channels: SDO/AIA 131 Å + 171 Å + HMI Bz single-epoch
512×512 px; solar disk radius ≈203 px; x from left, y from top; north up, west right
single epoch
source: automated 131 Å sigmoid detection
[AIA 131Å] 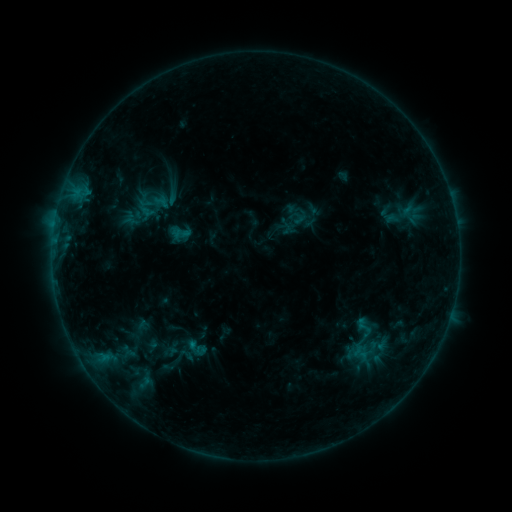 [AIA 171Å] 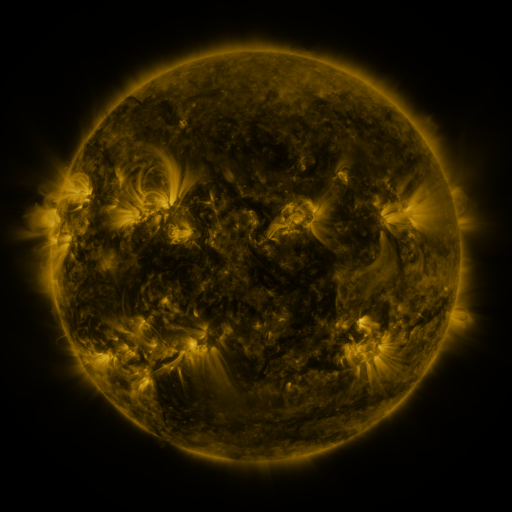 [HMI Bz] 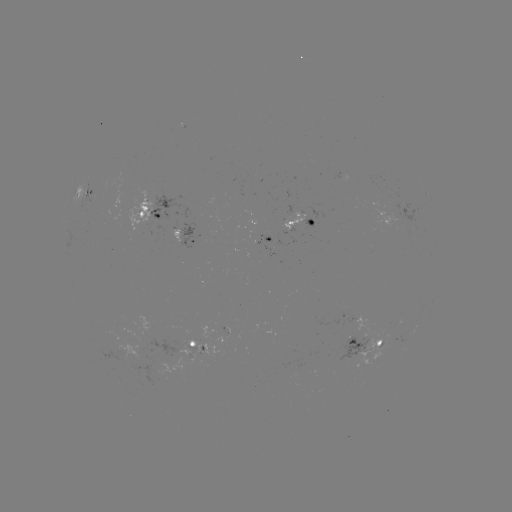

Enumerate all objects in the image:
sigmoid: <bbox>174, 225, 190, 242</bbox>
sigmoid: <bbox>347, 317, 378, 349</bbox>
